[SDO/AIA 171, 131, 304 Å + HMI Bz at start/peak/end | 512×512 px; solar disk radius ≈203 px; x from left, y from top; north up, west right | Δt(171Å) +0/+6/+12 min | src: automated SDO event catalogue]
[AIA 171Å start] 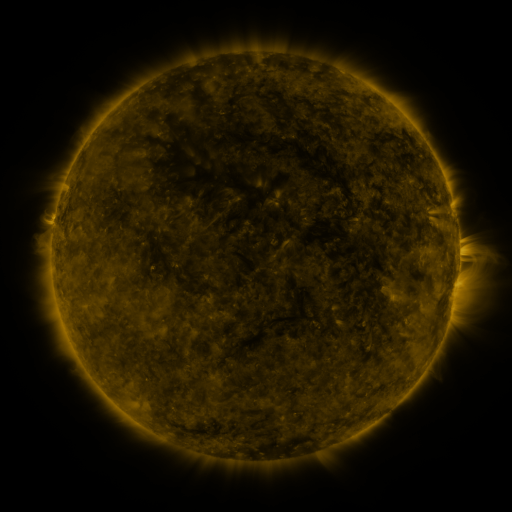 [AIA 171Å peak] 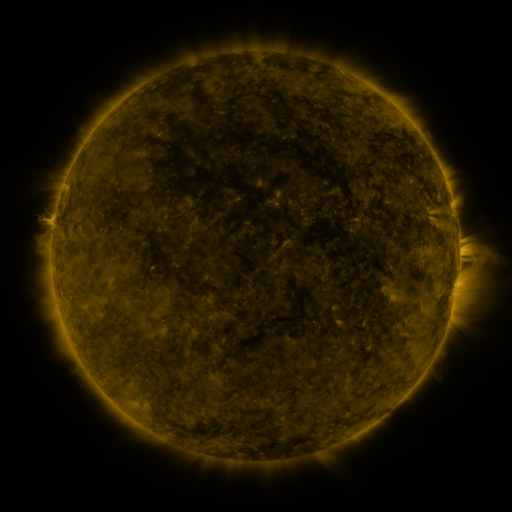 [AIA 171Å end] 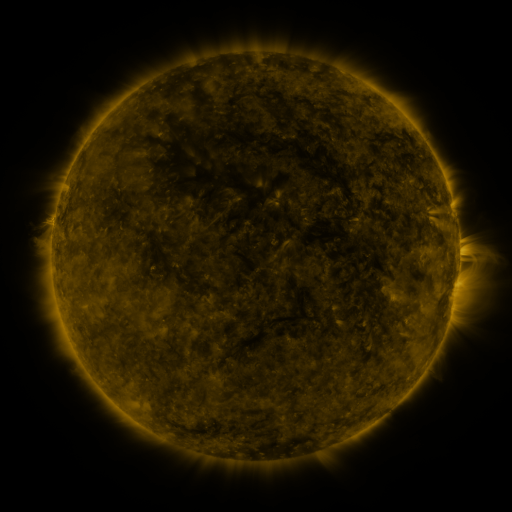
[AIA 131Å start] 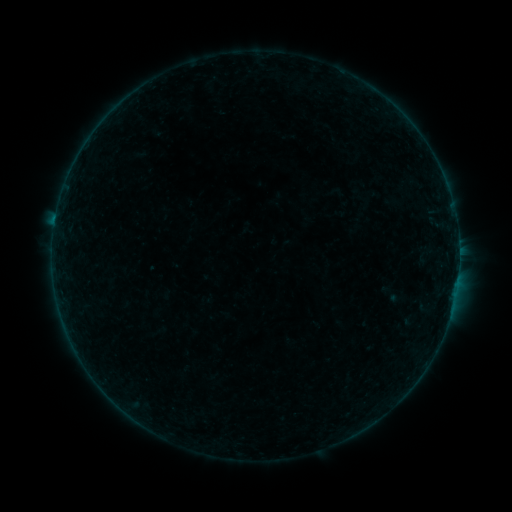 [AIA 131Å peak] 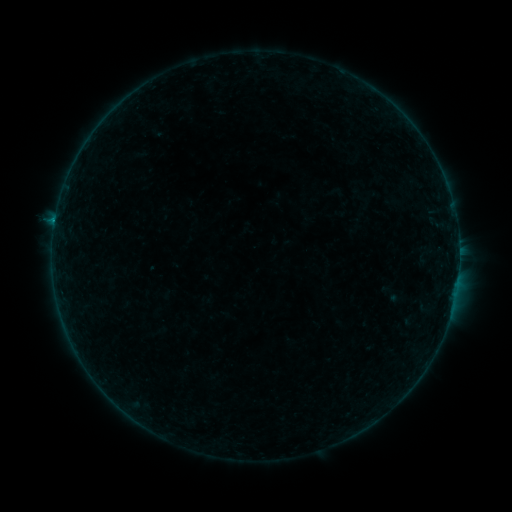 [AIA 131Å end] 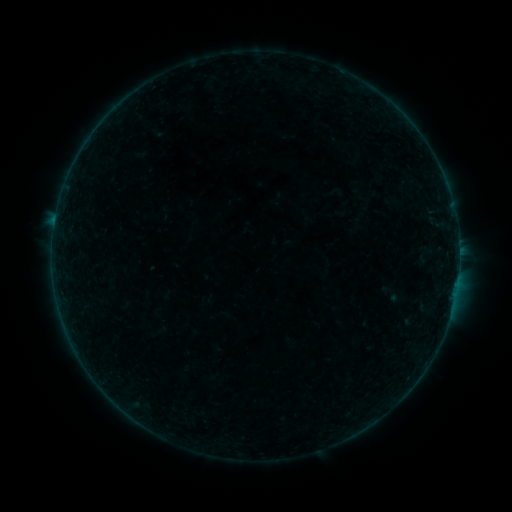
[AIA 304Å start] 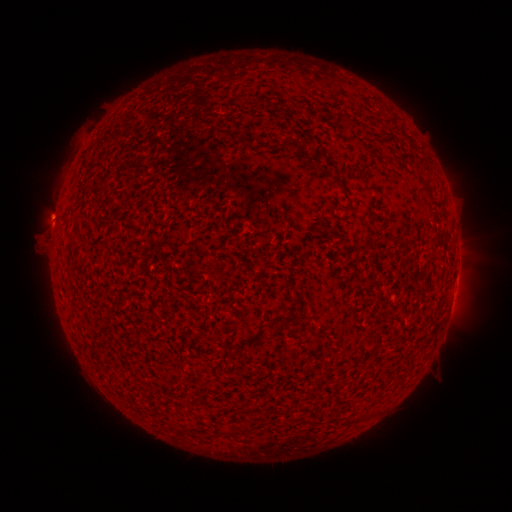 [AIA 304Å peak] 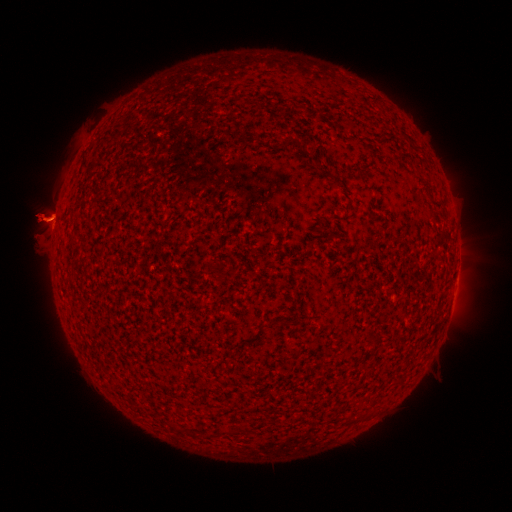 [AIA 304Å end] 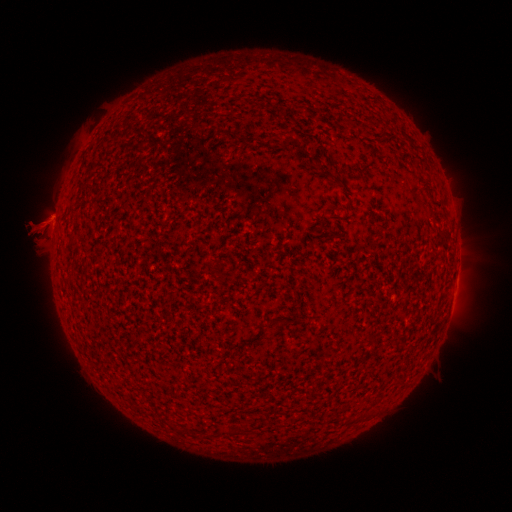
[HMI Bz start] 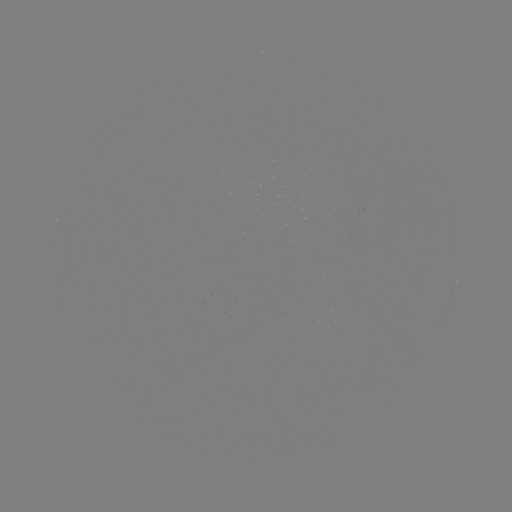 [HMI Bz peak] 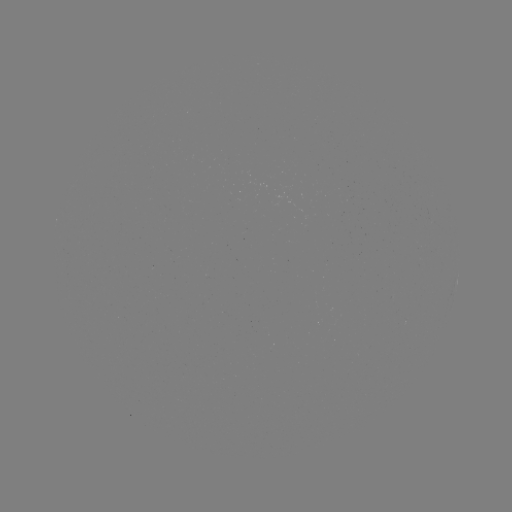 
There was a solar flare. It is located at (55, 224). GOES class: C1.8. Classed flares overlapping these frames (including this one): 1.